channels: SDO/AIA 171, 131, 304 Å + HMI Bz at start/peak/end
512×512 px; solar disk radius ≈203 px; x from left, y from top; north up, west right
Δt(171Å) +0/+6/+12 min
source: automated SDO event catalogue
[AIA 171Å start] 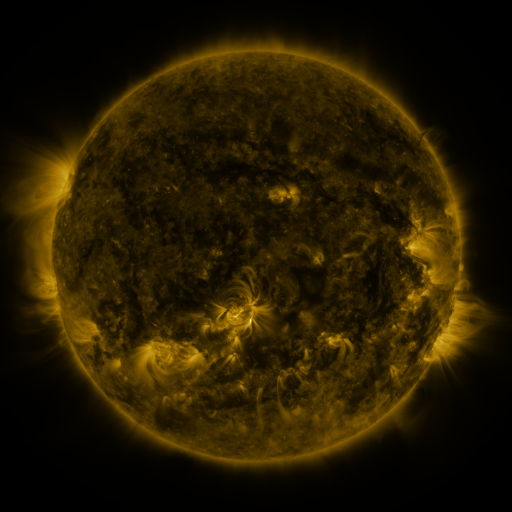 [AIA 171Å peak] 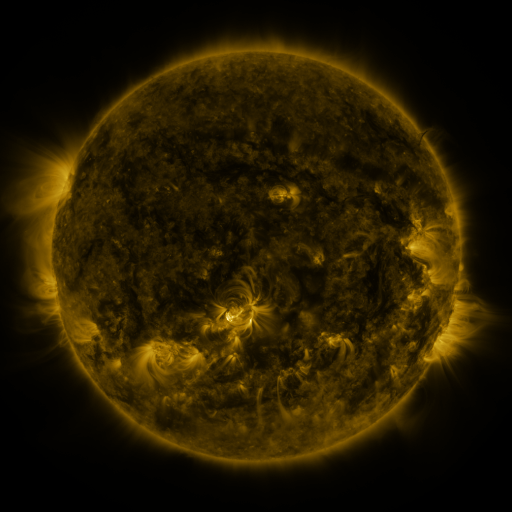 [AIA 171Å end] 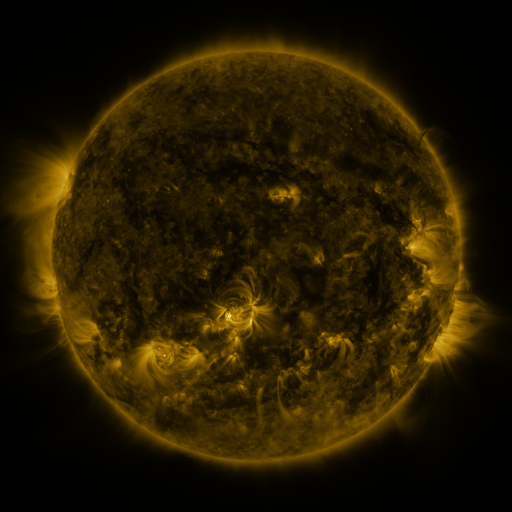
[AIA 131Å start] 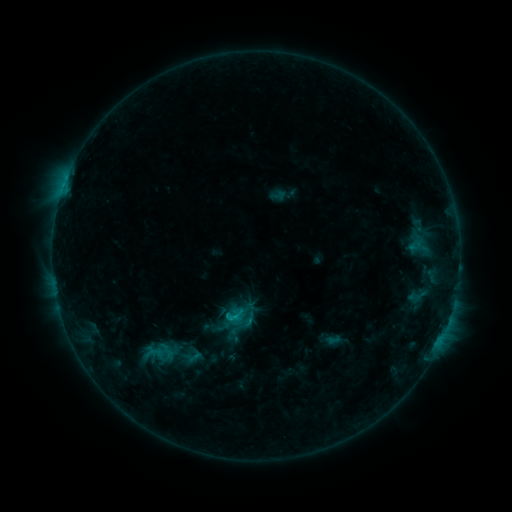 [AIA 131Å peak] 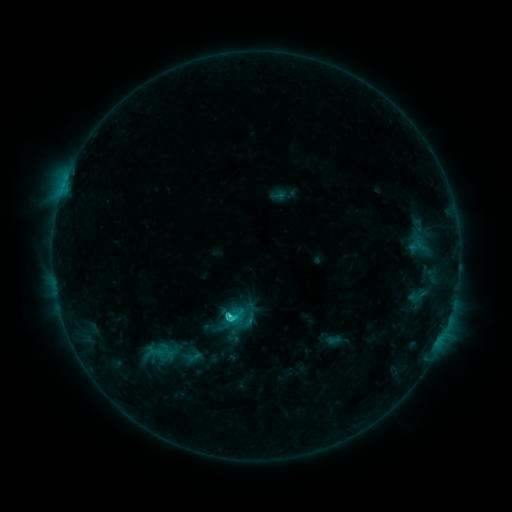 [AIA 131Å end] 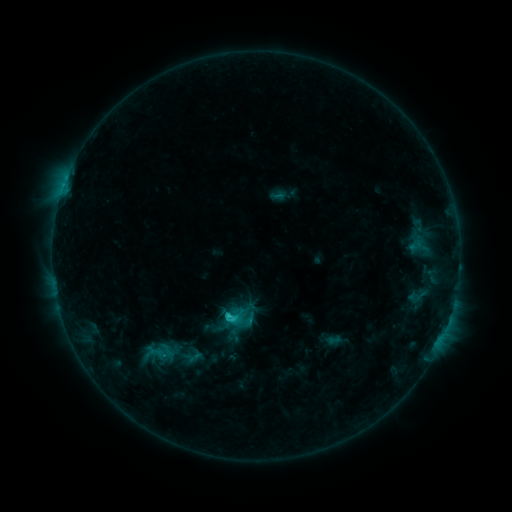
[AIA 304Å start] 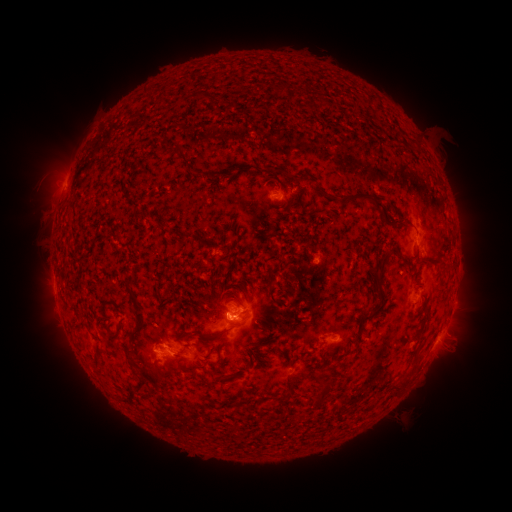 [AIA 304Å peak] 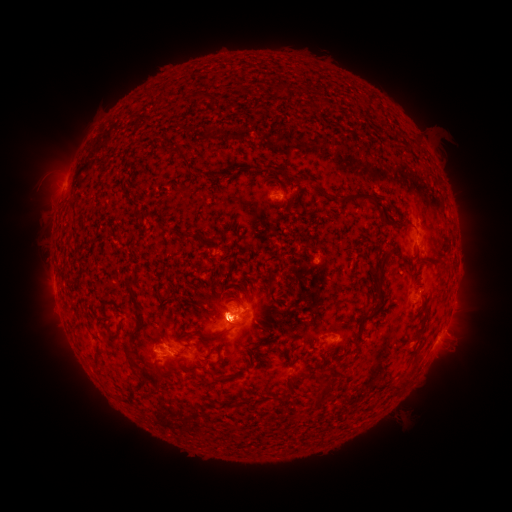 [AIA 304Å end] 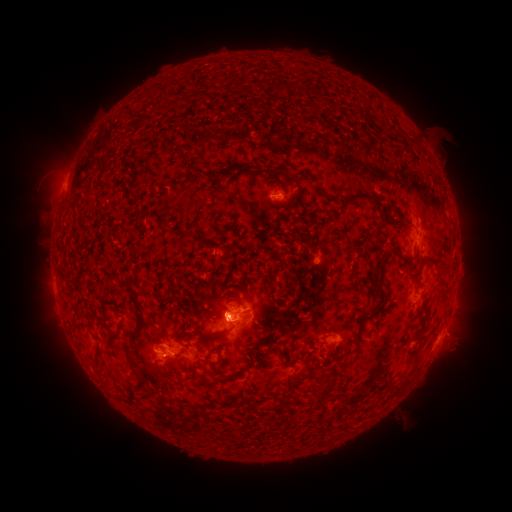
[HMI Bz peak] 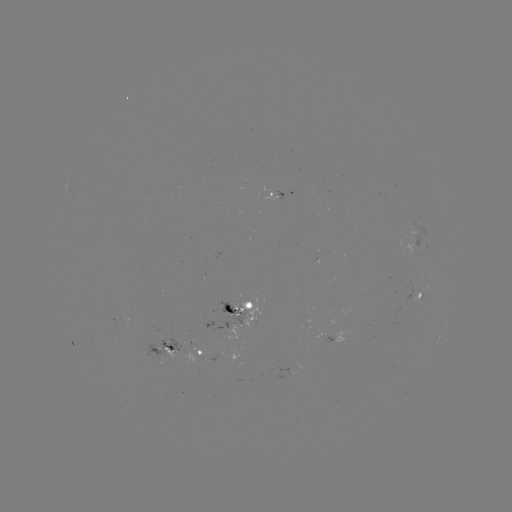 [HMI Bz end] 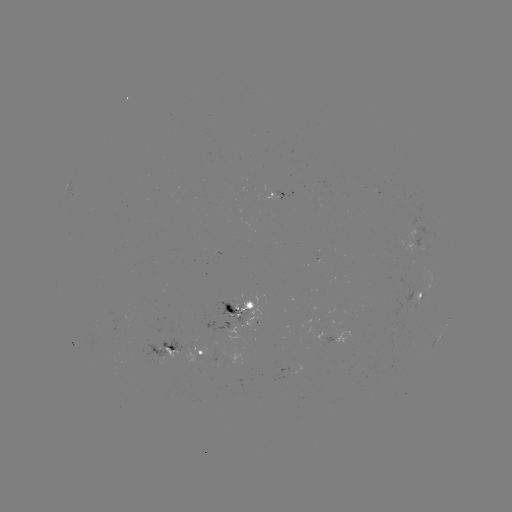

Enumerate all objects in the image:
C2.0 flare: (231, 312)
